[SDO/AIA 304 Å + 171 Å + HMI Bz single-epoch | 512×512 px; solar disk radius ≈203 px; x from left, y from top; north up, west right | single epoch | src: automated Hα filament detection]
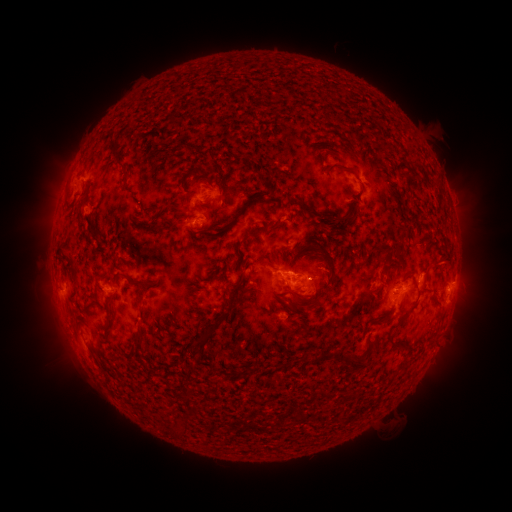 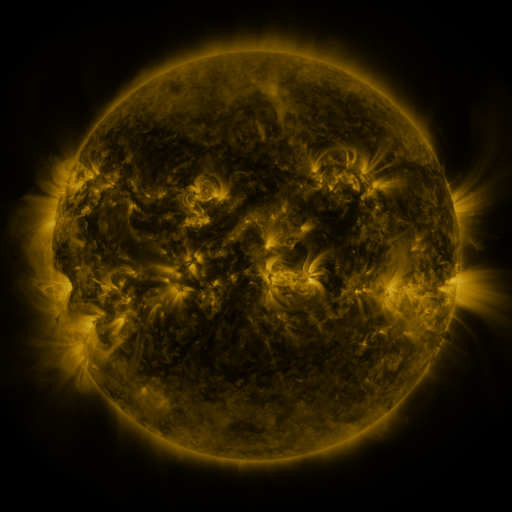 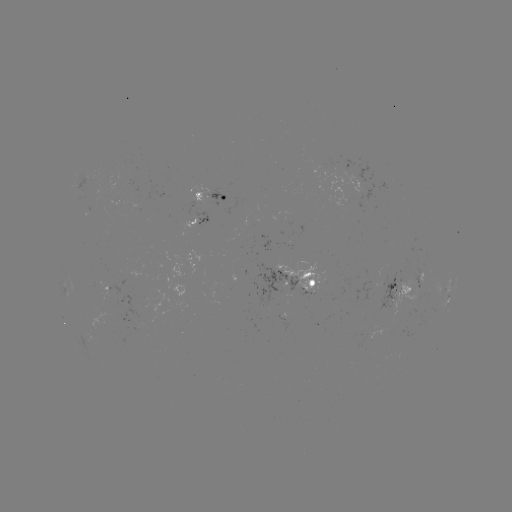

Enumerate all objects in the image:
filament: (116, 148)
filament: (341, 167)
filament: (185, 178)
filament: (265, 178)
filament: (86, 193)
filament: (246, 202)
filament: (189, 216)
filament: (323, 228)
filament: (309, 244)
filament: (72, 261)
filament: (439, 265)
filament: (99, 275)
filament: (413, 278)
filament: (146, 282)
filament: (236, 285)
filament: (298, 303)
filament: (108, 308)
filament: (377, 322)
filament: (400, 322)
filament: (209, 331)
filament: (137, 337)
filament: (391, 342)
filament: (322, 356)
filament: (351, 362)
